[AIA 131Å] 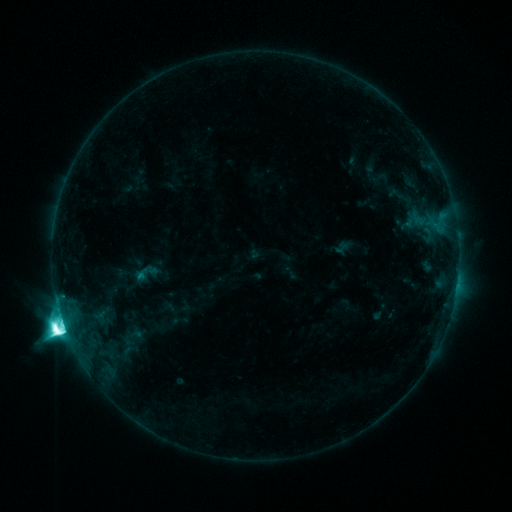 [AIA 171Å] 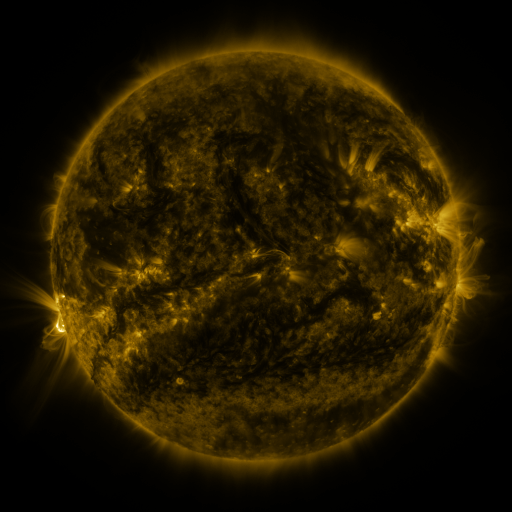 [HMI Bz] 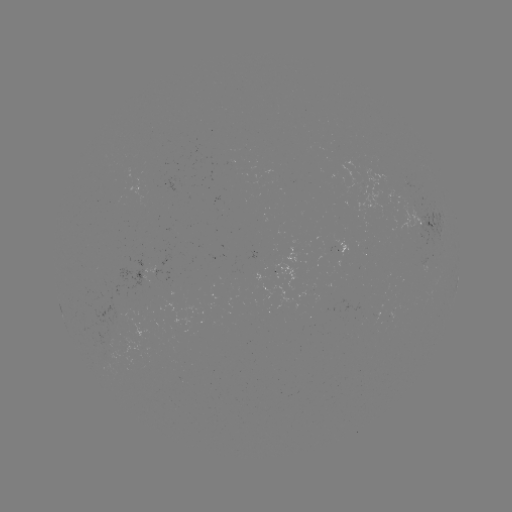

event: sigmoid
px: (146, 274)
